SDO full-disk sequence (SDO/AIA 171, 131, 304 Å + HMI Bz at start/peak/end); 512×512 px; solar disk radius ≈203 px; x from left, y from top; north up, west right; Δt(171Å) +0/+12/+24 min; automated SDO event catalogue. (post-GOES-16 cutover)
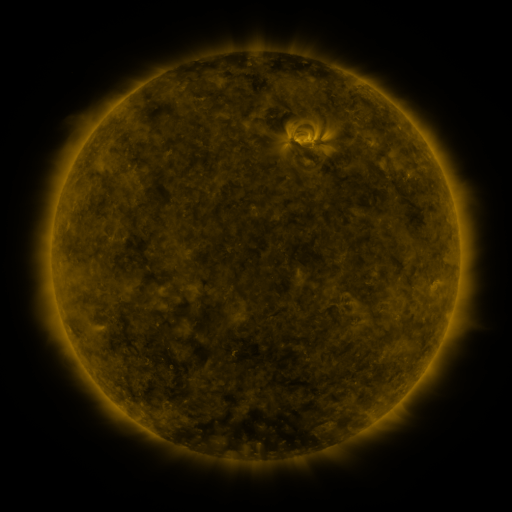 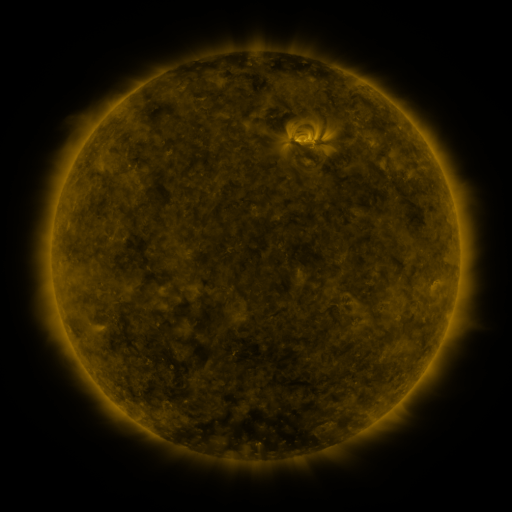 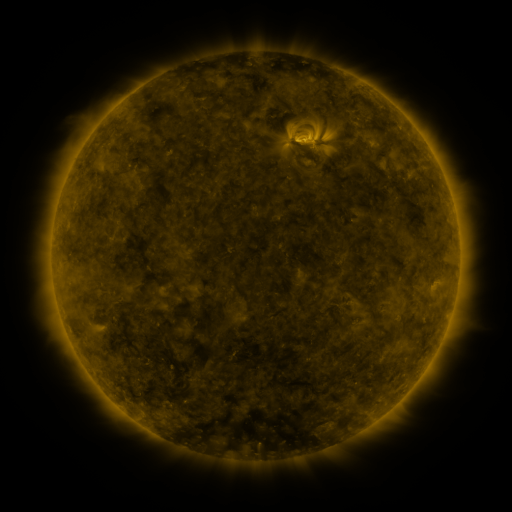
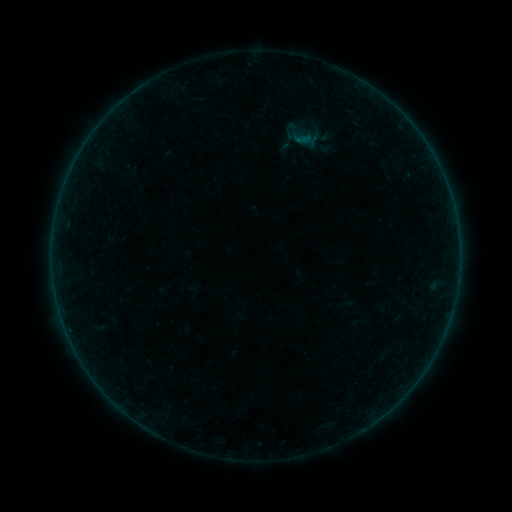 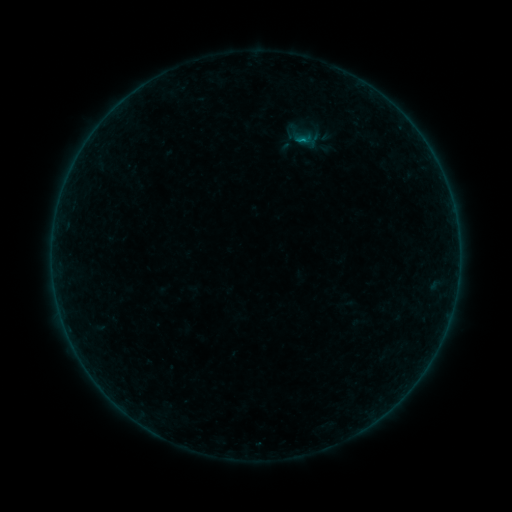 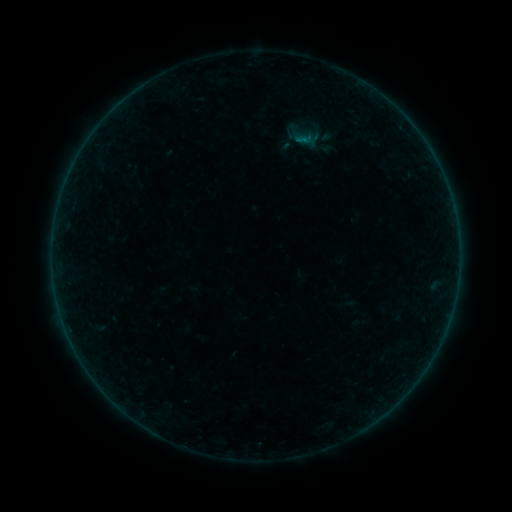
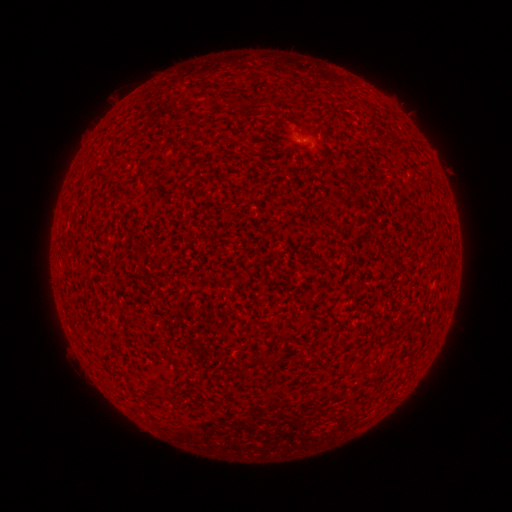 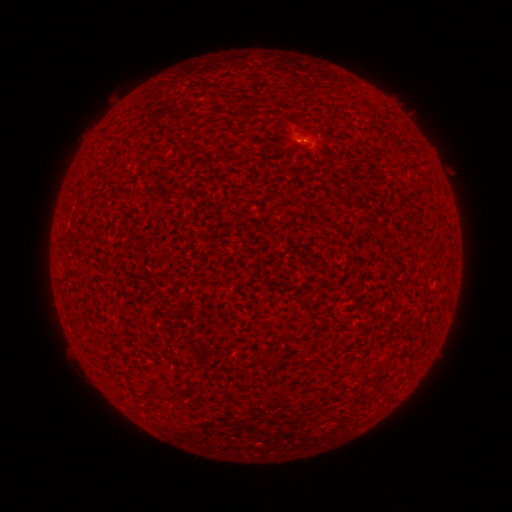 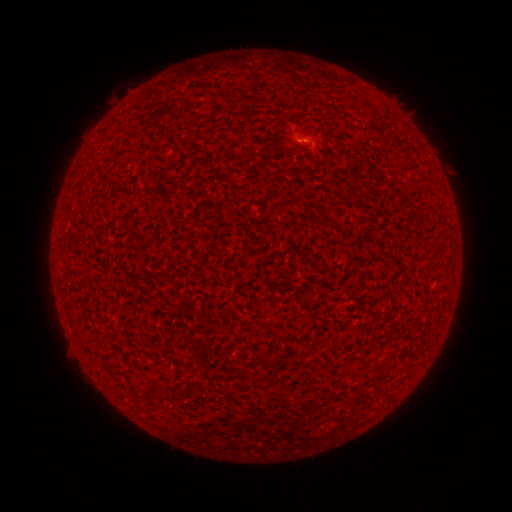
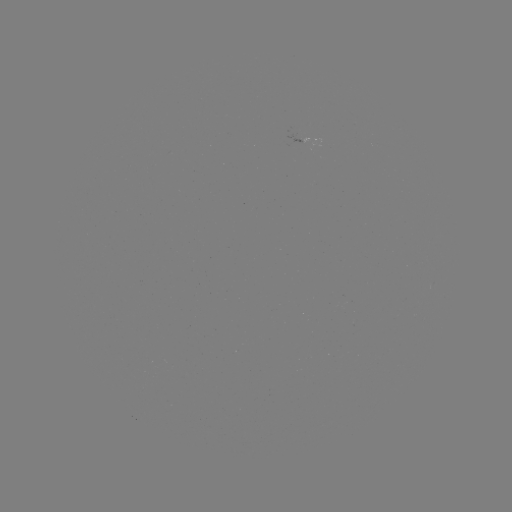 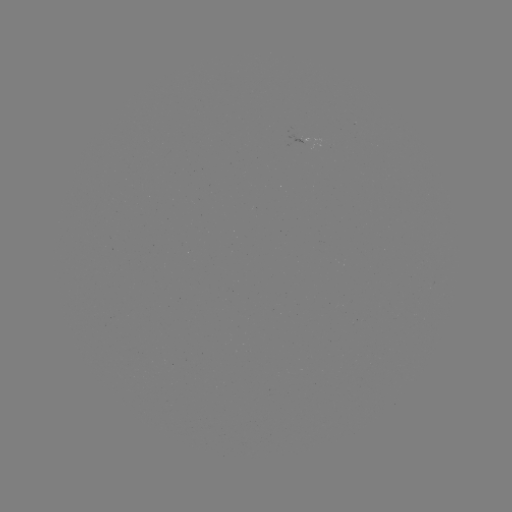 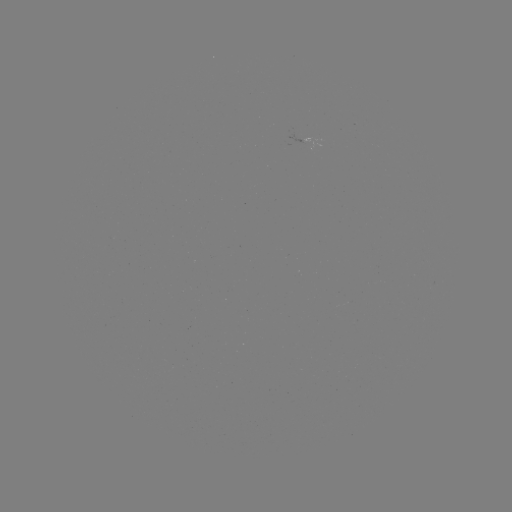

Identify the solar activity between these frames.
B1.8 flare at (302, 142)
